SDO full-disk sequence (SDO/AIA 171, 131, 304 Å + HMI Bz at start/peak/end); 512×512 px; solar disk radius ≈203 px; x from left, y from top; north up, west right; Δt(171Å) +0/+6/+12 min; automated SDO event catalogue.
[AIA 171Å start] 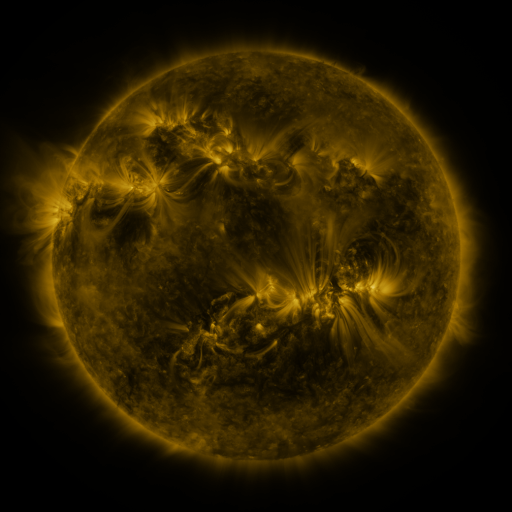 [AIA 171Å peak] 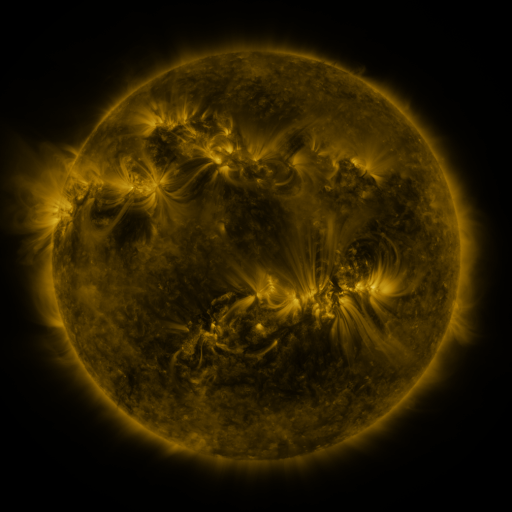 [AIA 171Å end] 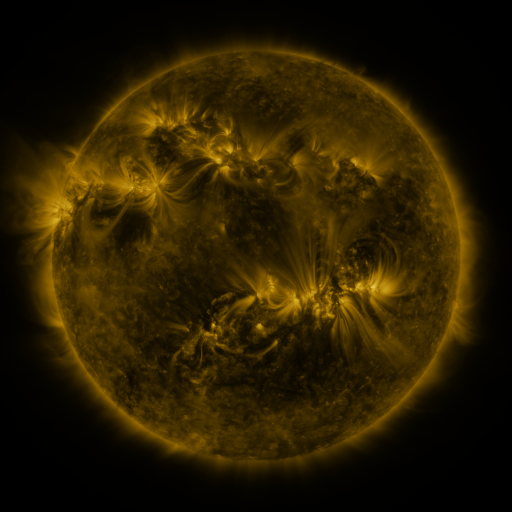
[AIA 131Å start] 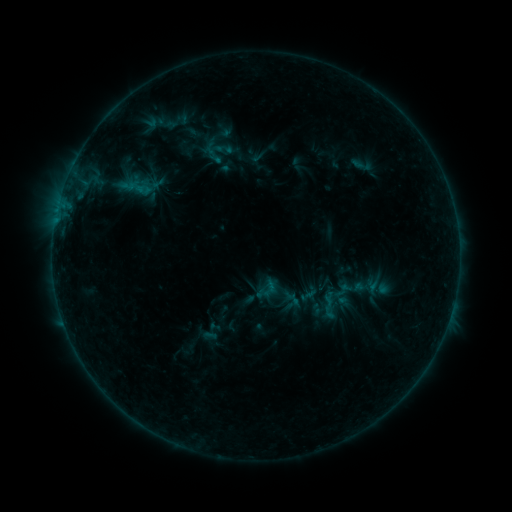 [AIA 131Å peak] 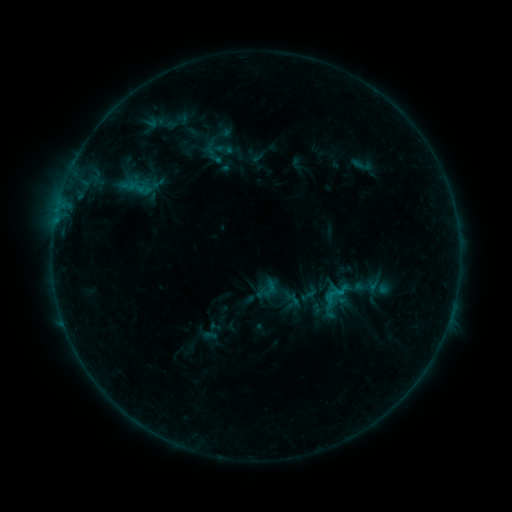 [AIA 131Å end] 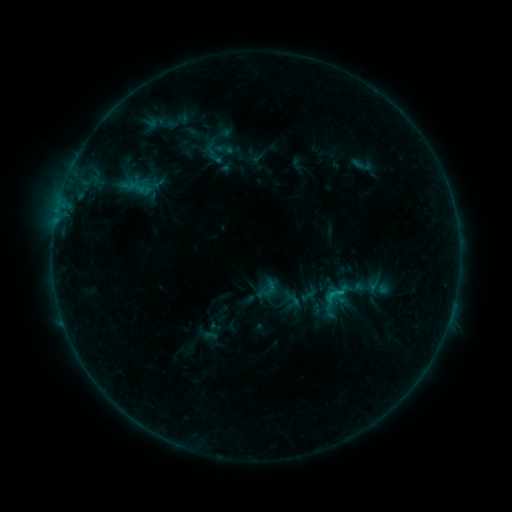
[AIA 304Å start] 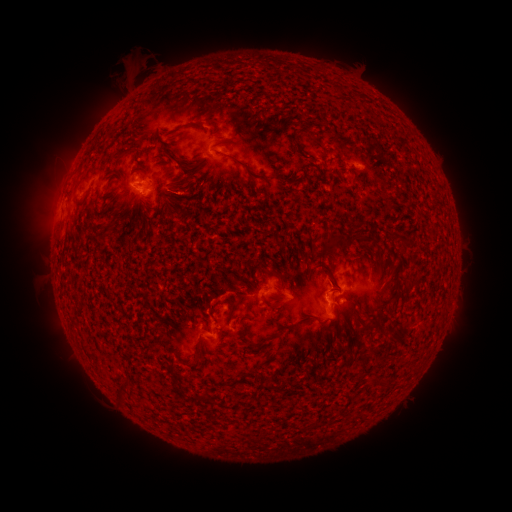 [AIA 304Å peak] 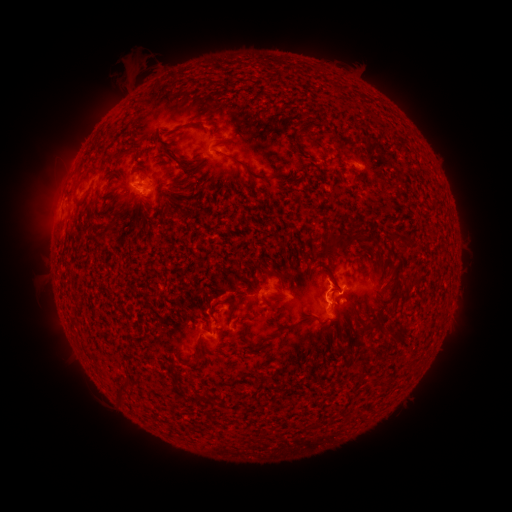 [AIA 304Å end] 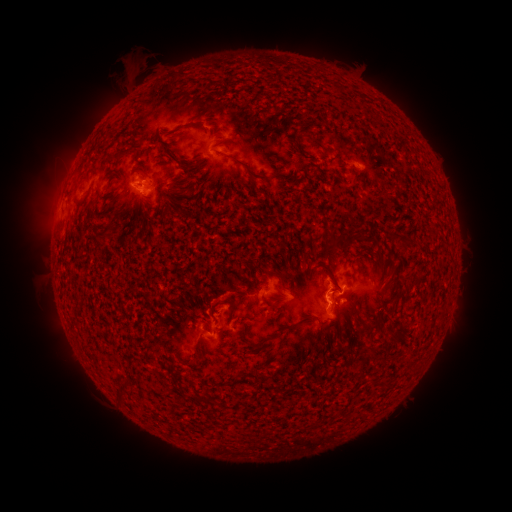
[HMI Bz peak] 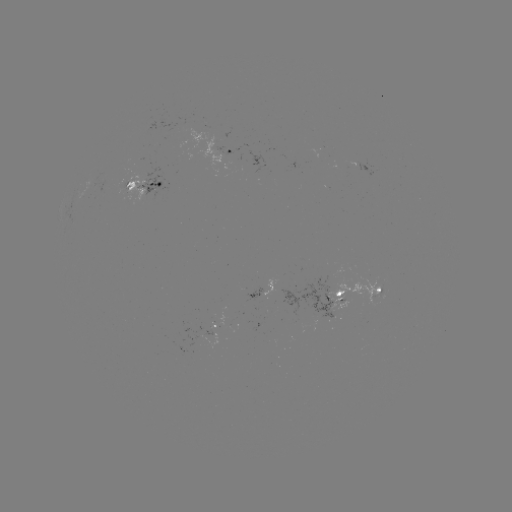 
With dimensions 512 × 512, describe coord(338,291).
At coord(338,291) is B9.0 flare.